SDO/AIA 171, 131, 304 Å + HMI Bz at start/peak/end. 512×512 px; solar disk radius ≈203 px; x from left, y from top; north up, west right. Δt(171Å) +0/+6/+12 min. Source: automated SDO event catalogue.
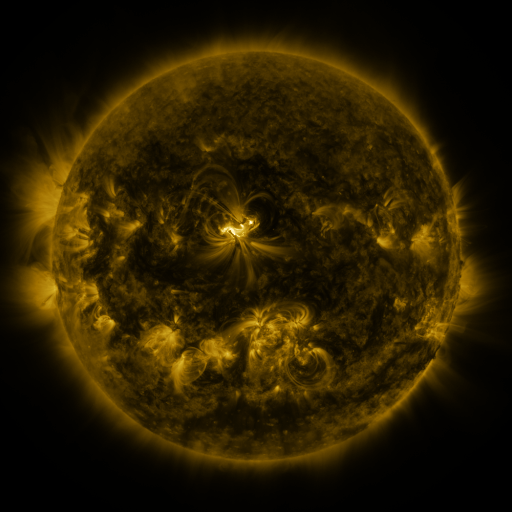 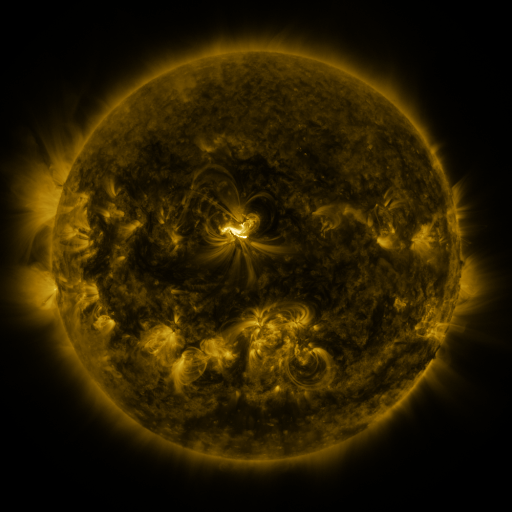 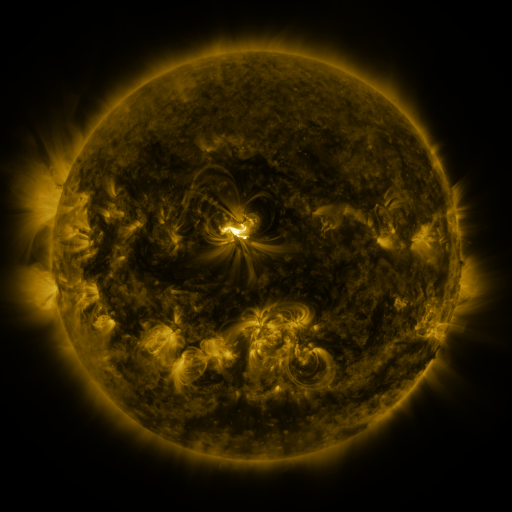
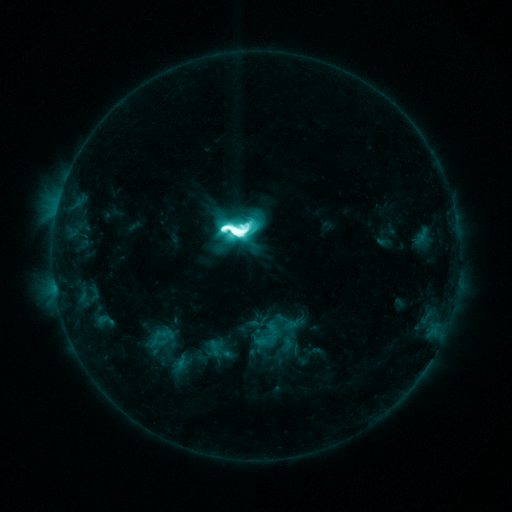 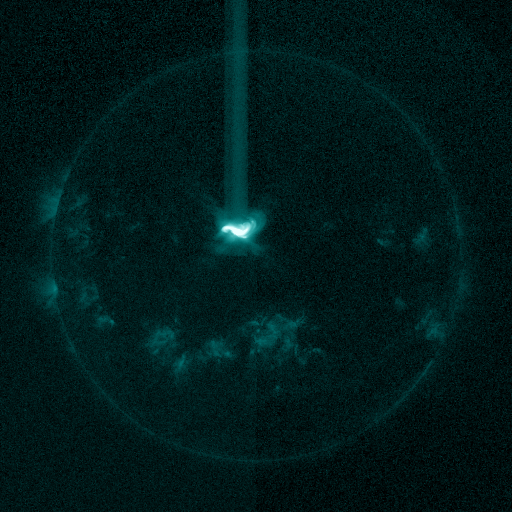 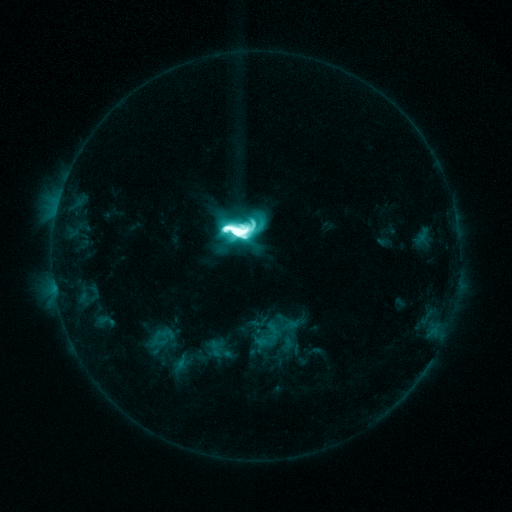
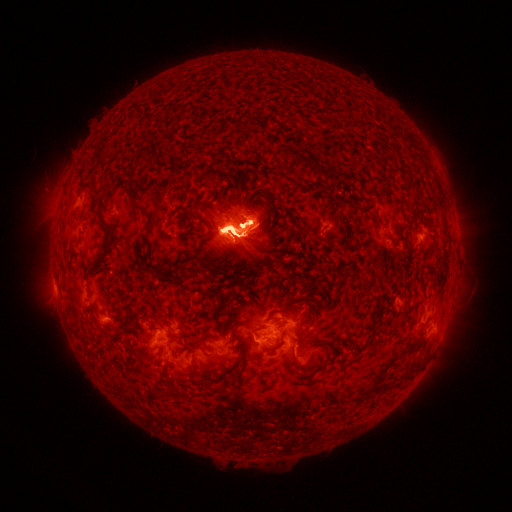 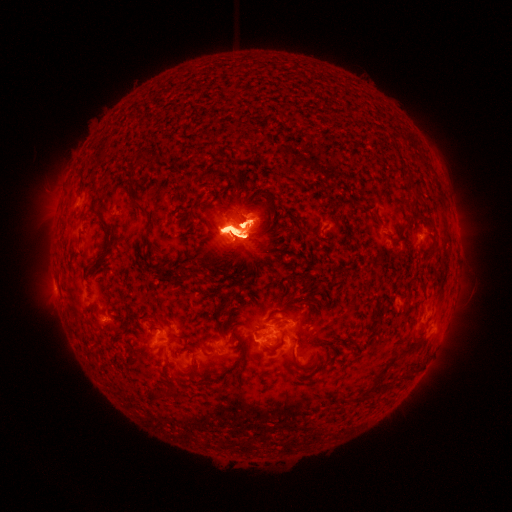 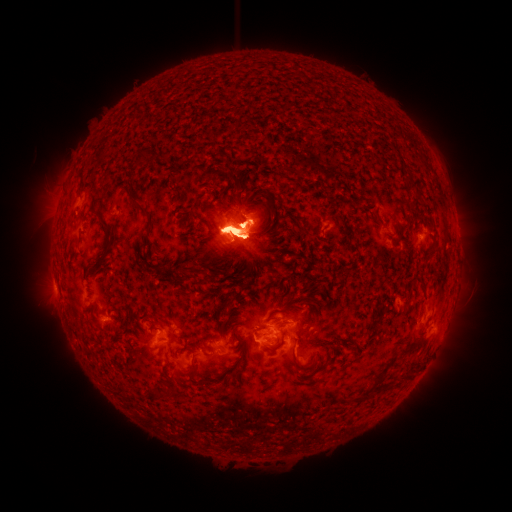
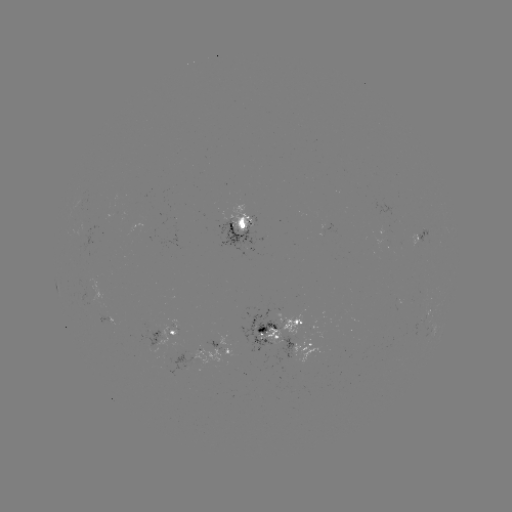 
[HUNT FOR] eruption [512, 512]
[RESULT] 53,212